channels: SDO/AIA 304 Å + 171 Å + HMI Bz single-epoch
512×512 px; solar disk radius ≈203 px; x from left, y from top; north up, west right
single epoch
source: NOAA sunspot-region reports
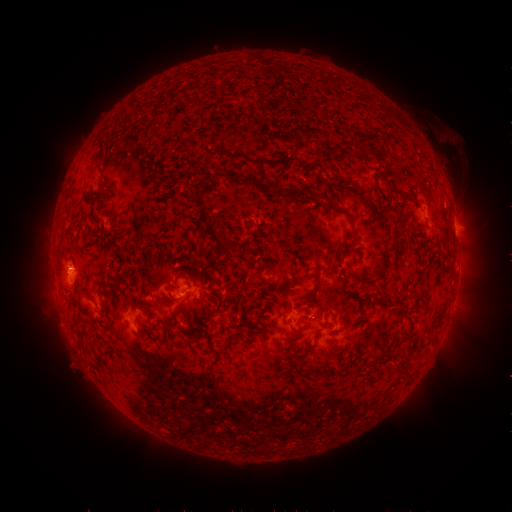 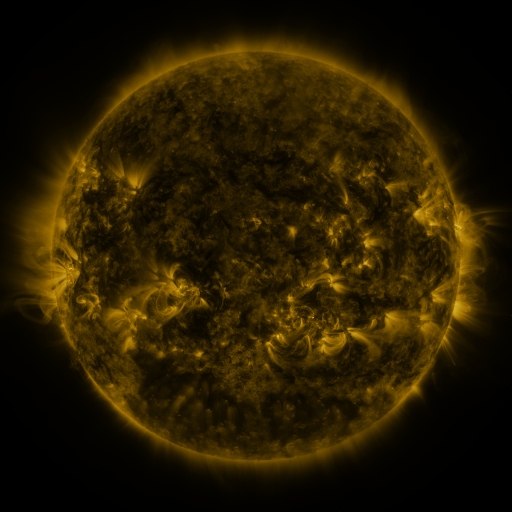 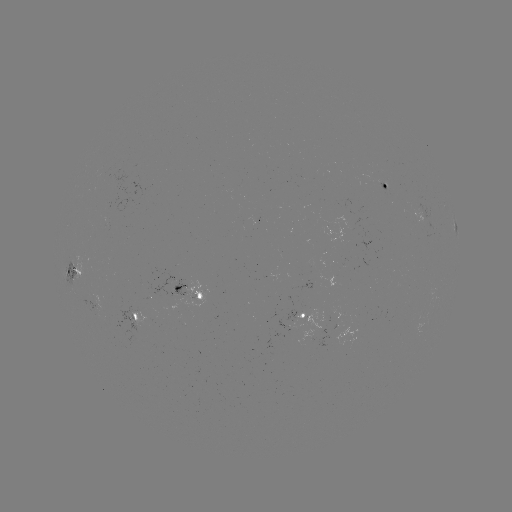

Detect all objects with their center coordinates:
spotted active region: (383, 169)
spotted active region: (455, 219)
spotted active region: (75, 272)
spotted active region: (193, 278)
spotted active region: (313, 295)
spotted active region: (139, 311)
spotted active region: (358, 314)
